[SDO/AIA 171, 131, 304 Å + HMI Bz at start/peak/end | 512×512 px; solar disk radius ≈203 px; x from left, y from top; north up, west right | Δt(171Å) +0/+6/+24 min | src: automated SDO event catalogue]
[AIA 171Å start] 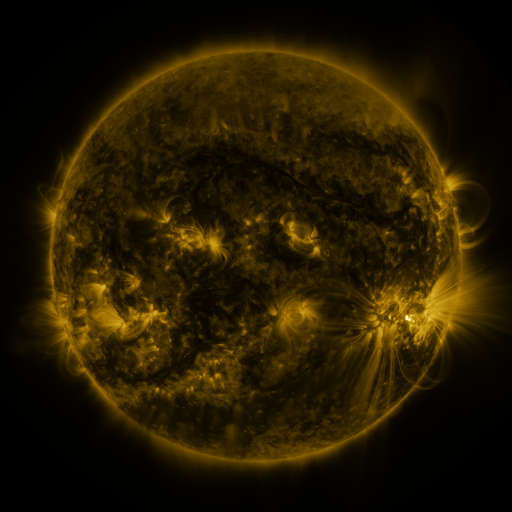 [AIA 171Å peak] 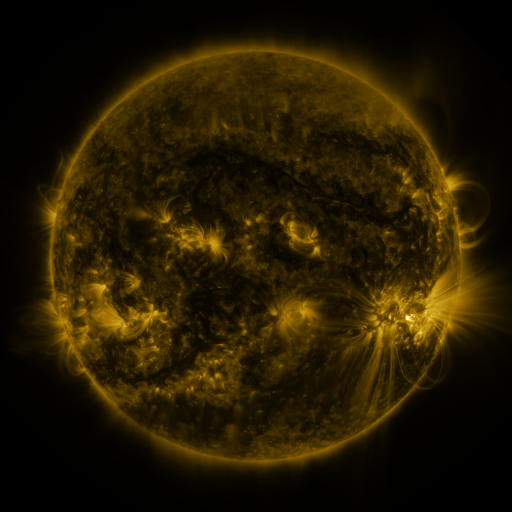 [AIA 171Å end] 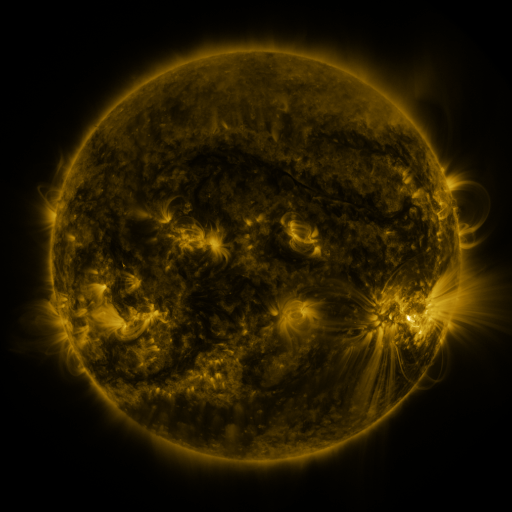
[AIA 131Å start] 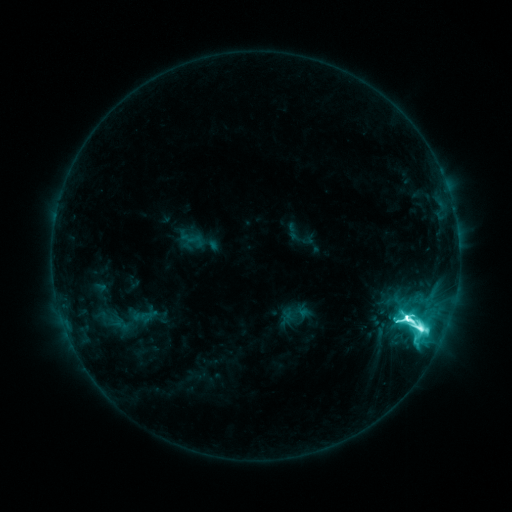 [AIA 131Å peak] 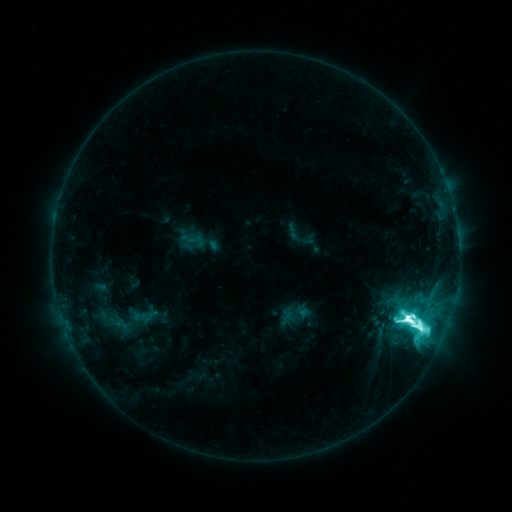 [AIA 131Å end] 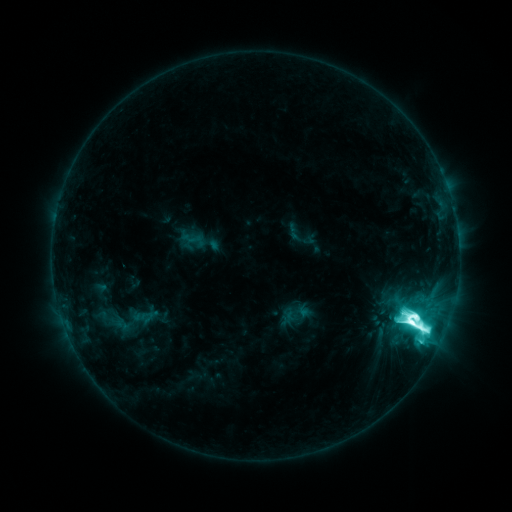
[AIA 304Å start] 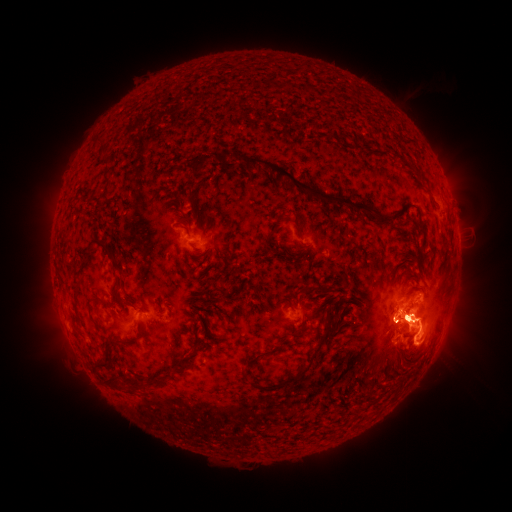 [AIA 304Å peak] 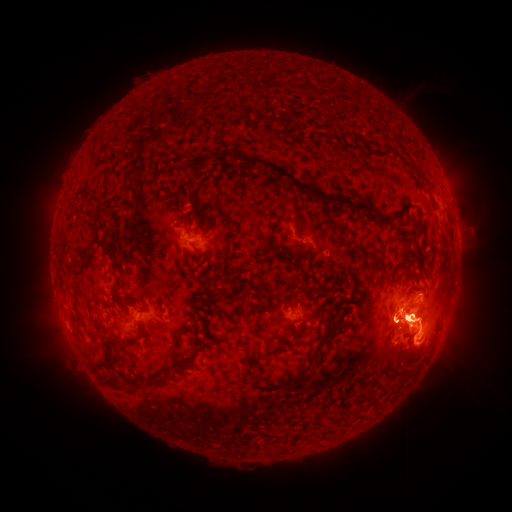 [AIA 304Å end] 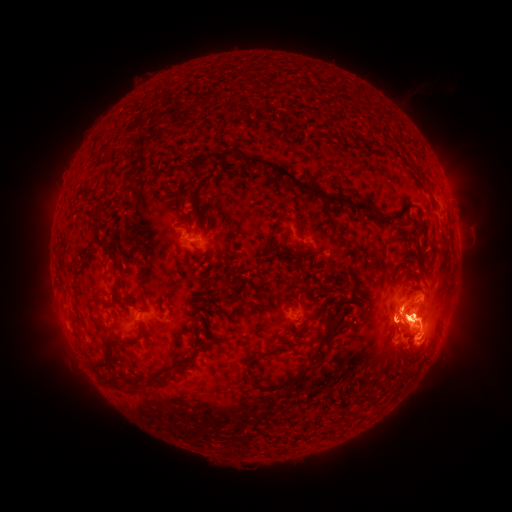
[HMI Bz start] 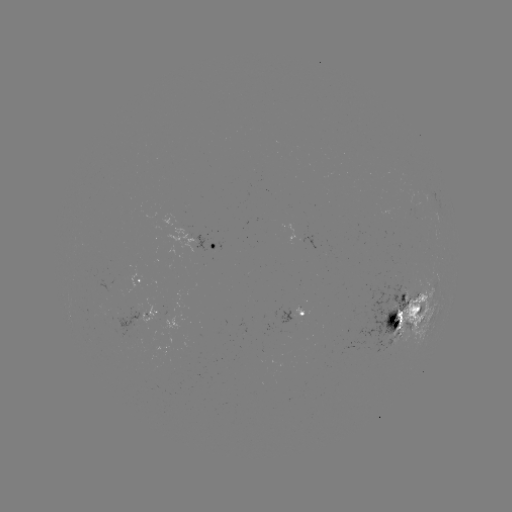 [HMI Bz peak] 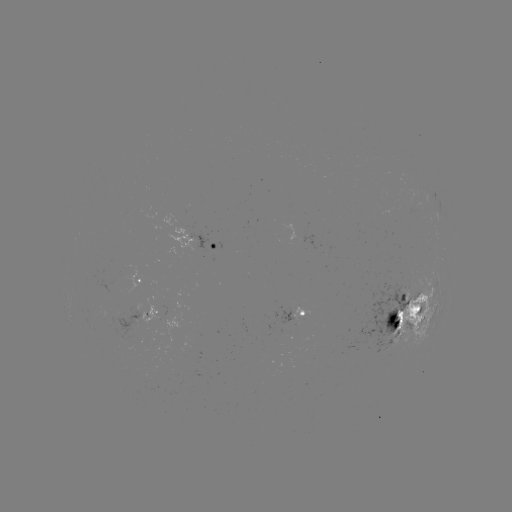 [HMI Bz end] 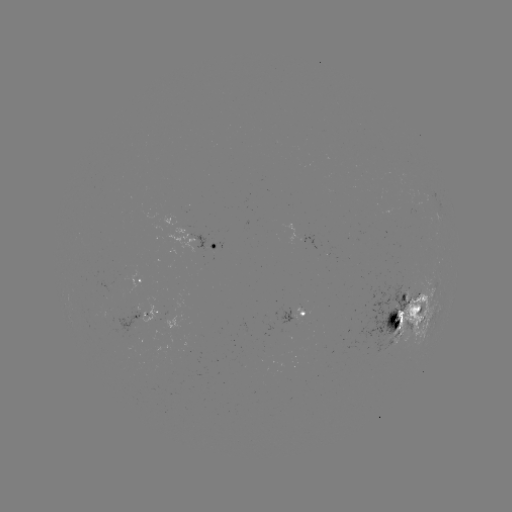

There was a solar flare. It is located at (251, 459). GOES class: M6.7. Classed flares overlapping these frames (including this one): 1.